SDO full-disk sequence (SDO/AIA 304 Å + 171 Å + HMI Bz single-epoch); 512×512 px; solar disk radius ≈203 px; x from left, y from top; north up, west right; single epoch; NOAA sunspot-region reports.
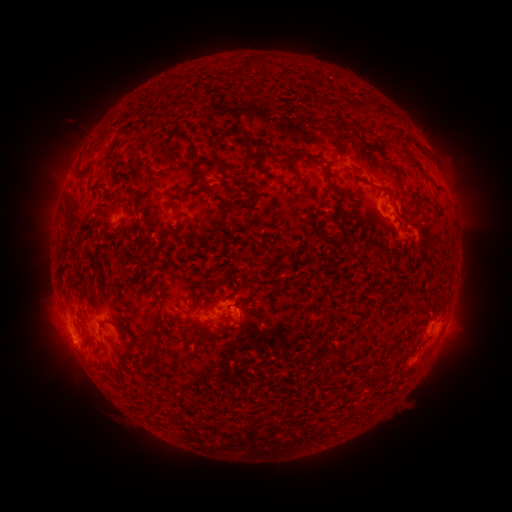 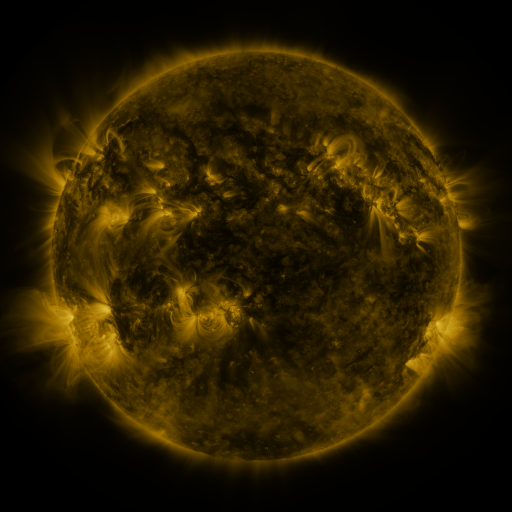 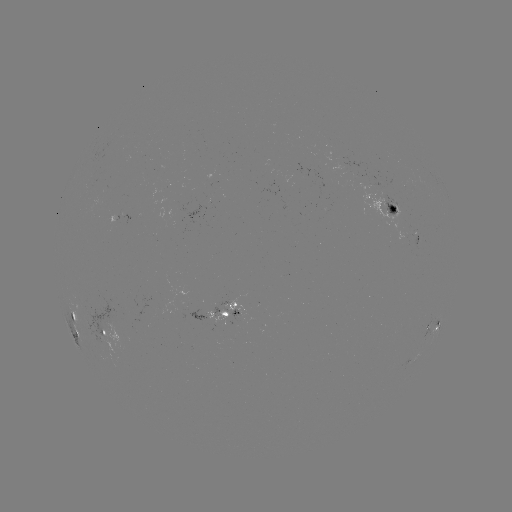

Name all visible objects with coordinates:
spotted active region: (389, 206)
spotted active region: (116, 217)
spotted active region: (422, 236)
spotted active region: (228, 310)
spotted active region: (76, 322)
spotted active region: (434, 325)
spotted active region: (103, 334)
